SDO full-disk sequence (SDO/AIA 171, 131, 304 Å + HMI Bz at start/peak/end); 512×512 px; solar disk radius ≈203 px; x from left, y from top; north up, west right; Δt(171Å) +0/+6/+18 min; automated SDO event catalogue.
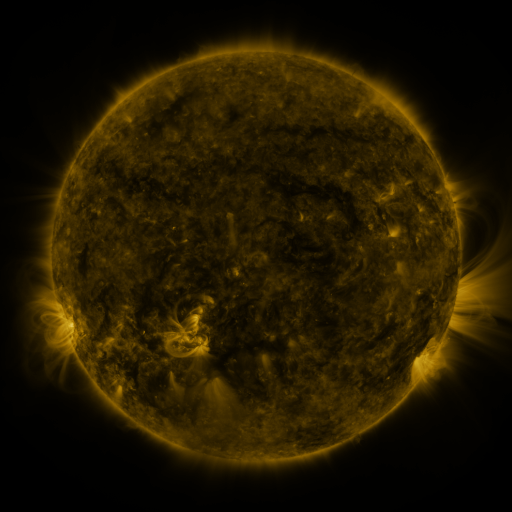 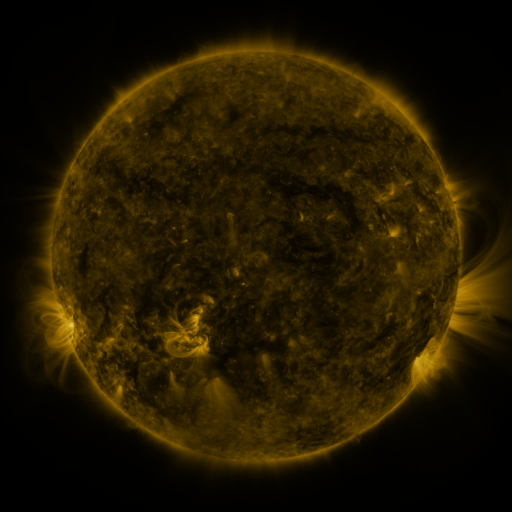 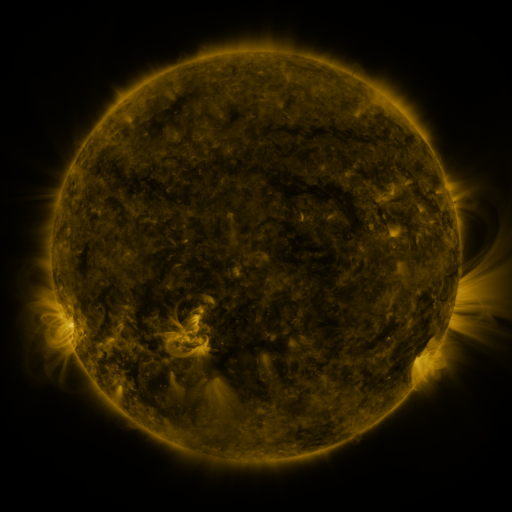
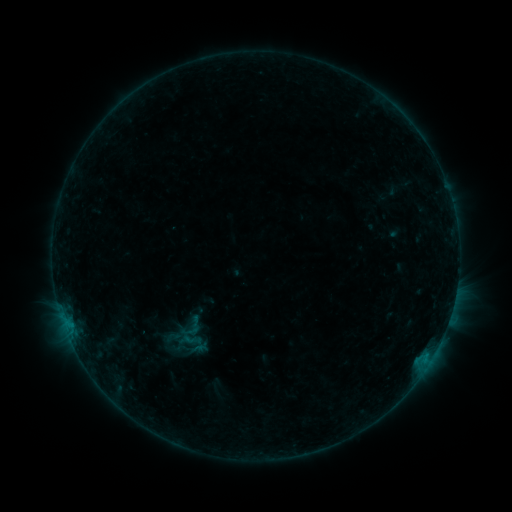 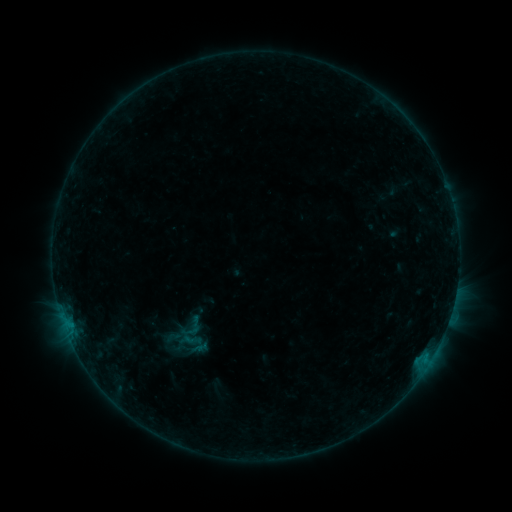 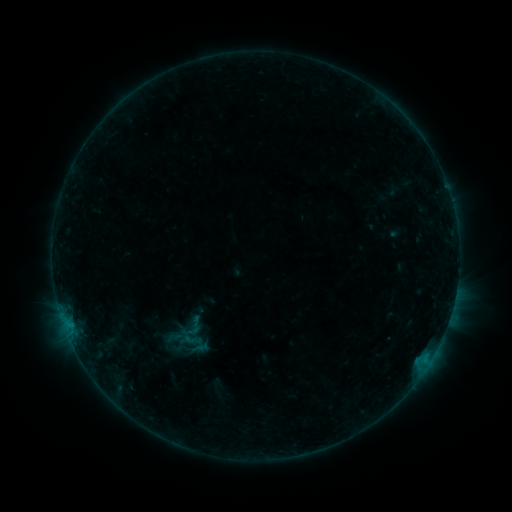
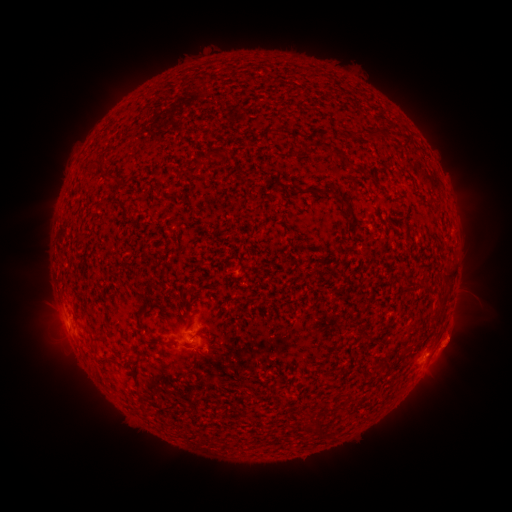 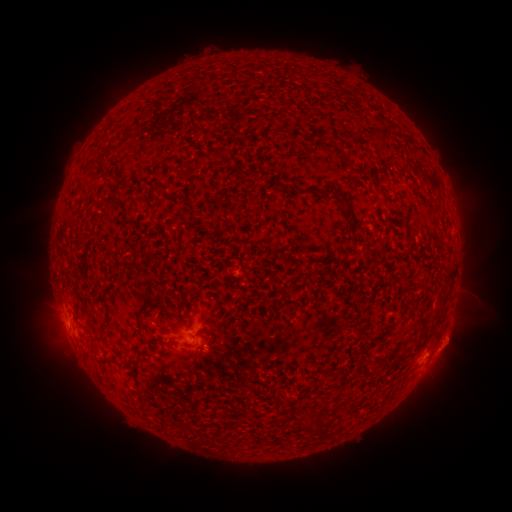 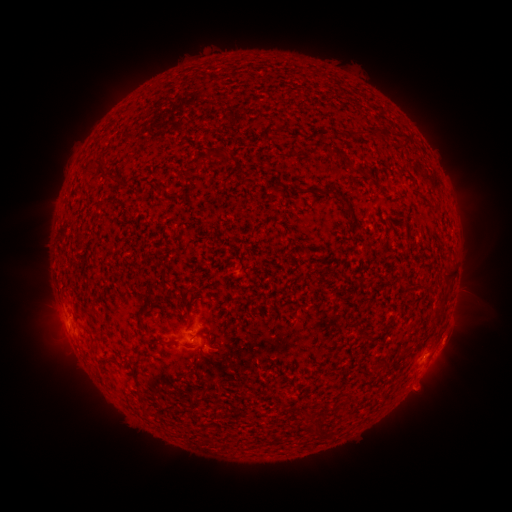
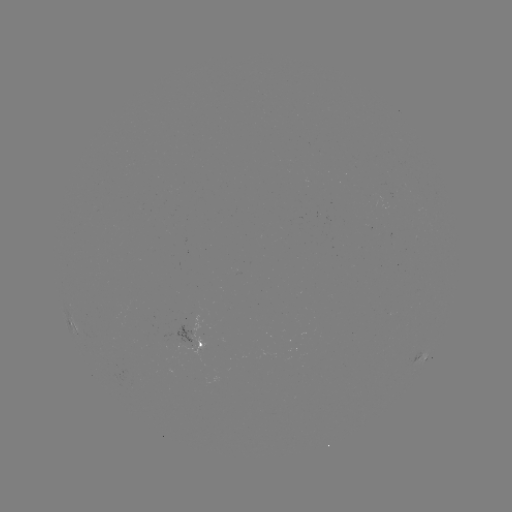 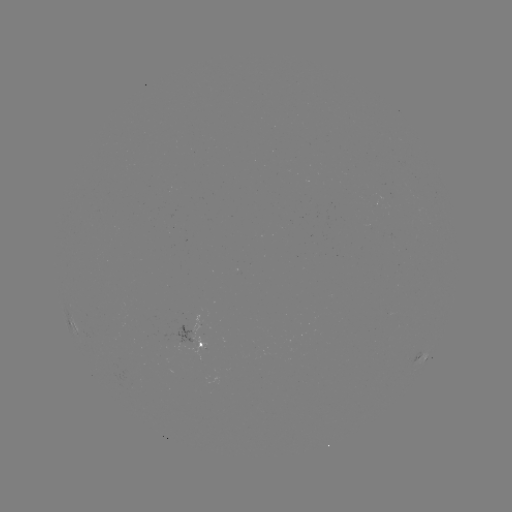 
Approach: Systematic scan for eruption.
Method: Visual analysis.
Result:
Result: eruption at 453,340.